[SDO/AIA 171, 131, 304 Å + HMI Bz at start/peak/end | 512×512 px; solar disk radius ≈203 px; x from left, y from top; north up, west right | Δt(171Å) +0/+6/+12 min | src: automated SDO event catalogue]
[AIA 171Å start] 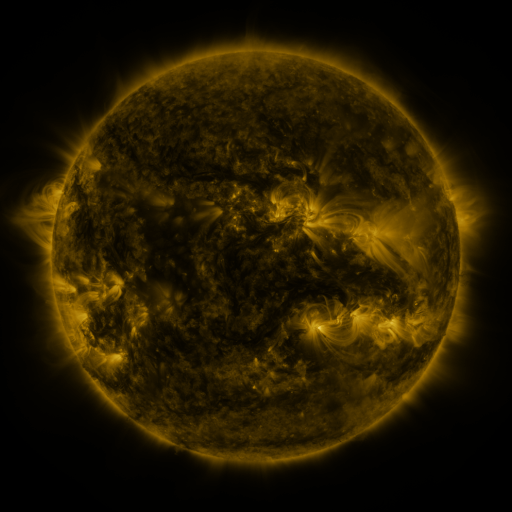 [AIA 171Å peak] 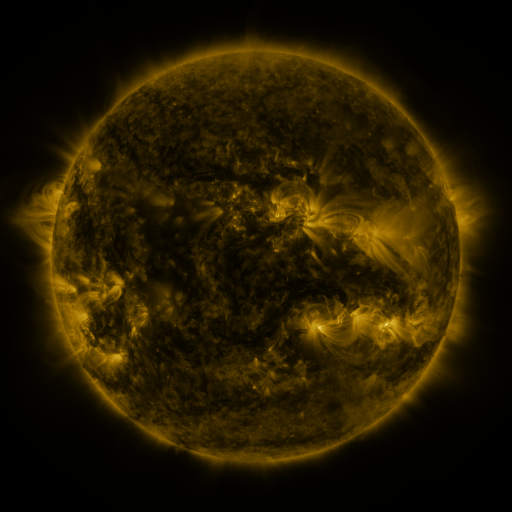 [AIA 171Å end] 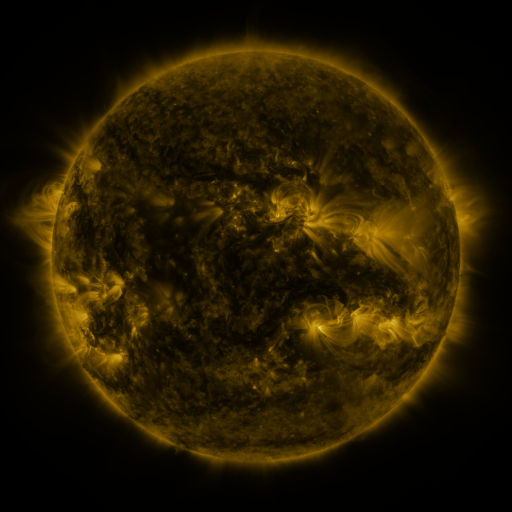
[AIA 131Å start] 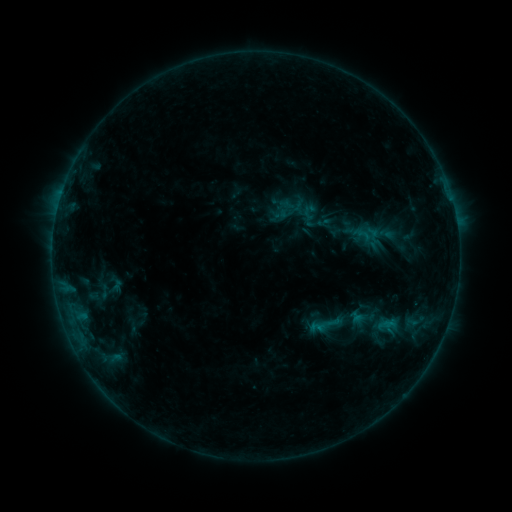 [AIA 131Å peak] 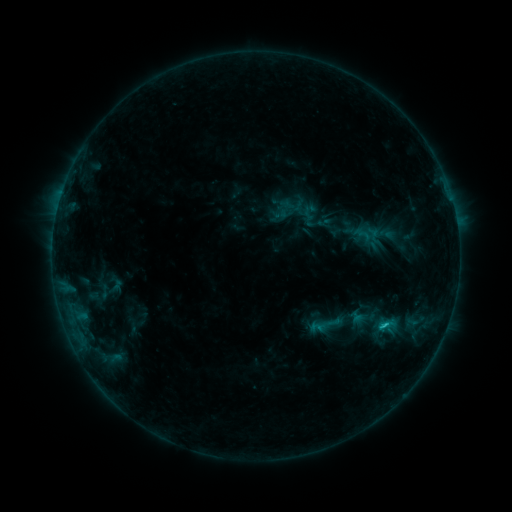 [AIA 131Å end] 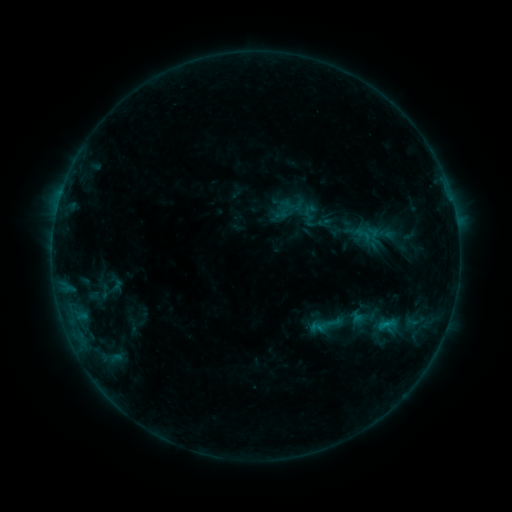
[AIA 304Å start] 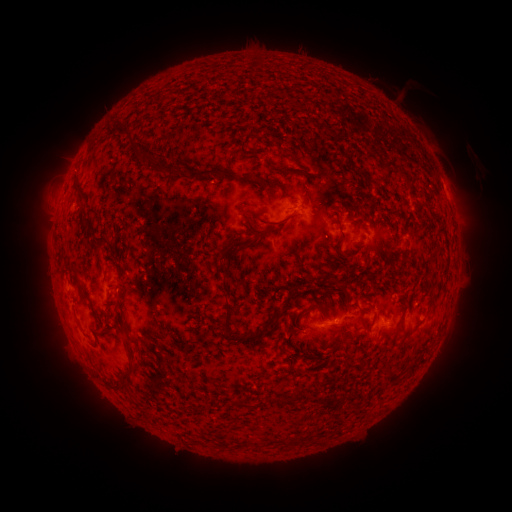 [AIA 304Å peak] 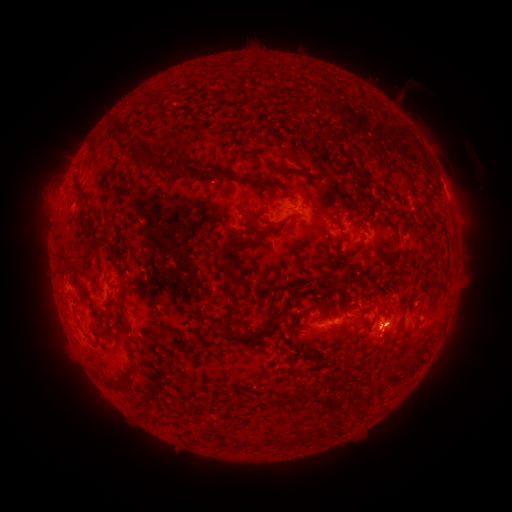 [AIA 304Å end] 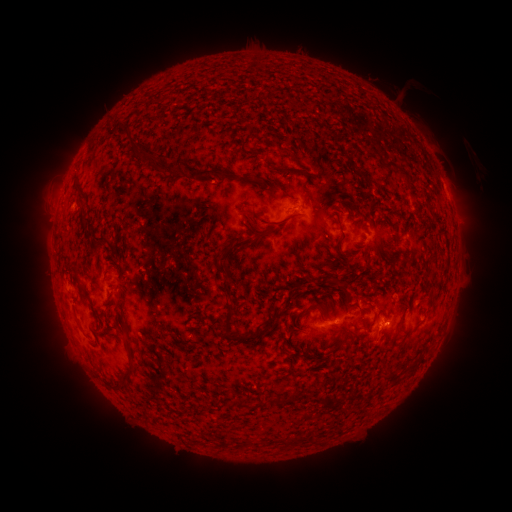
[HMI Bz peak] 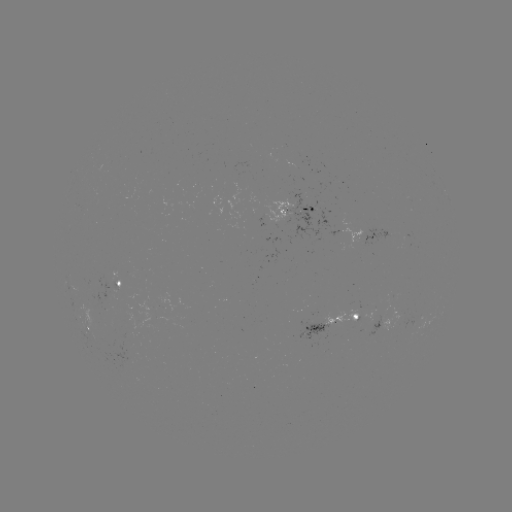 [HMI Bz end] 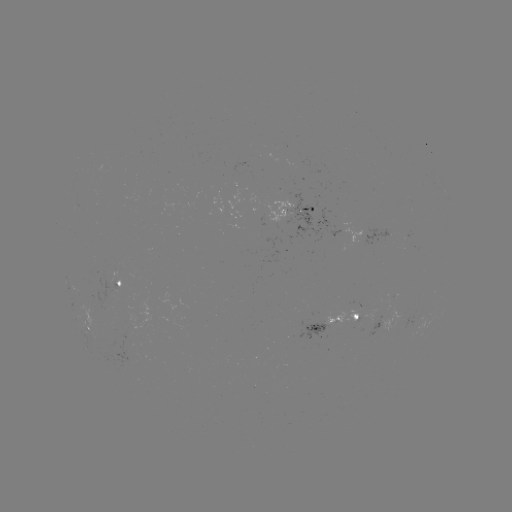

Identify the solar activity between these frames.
B6.8 flare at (386, 322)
